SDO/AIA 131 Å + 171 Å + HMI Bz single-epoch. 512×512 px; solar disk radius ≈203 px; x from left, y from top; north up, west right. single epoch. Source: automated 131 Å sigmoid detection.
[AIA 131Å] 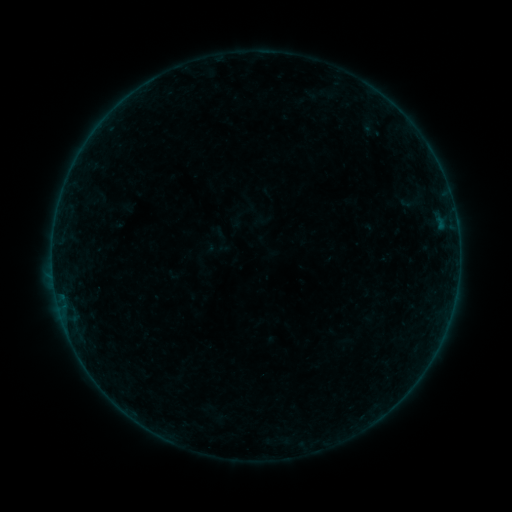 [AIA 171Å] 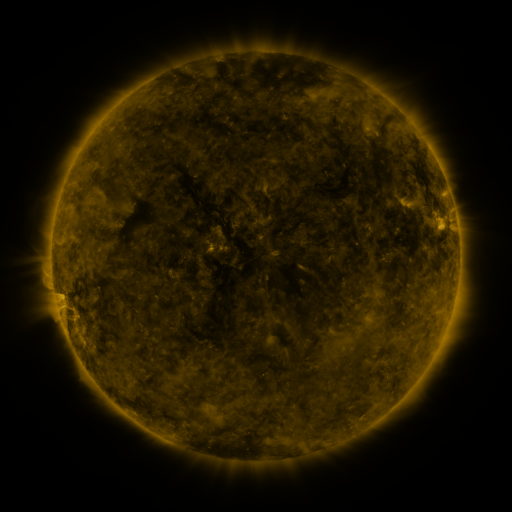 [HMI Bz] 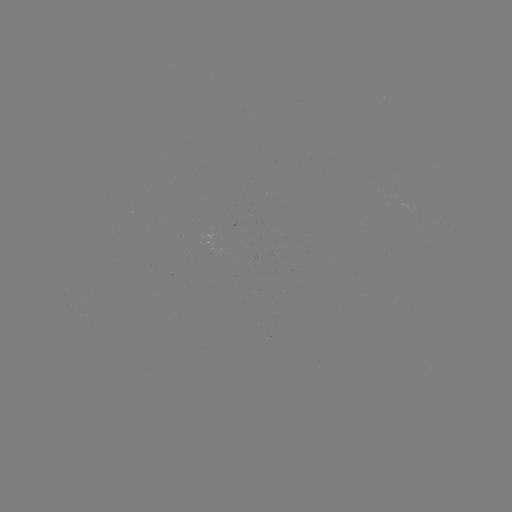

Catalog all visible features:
sigmoid: [394, 191, 425, 213]
